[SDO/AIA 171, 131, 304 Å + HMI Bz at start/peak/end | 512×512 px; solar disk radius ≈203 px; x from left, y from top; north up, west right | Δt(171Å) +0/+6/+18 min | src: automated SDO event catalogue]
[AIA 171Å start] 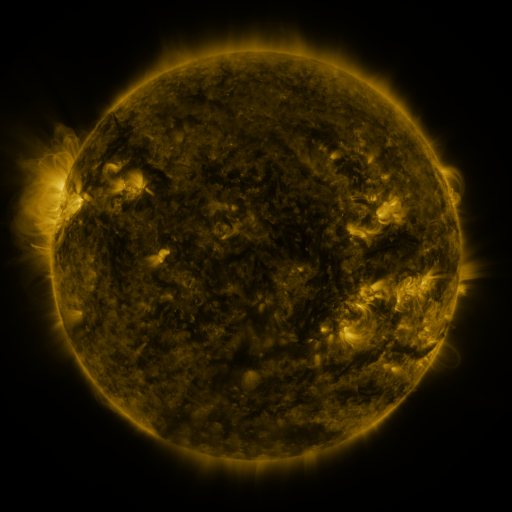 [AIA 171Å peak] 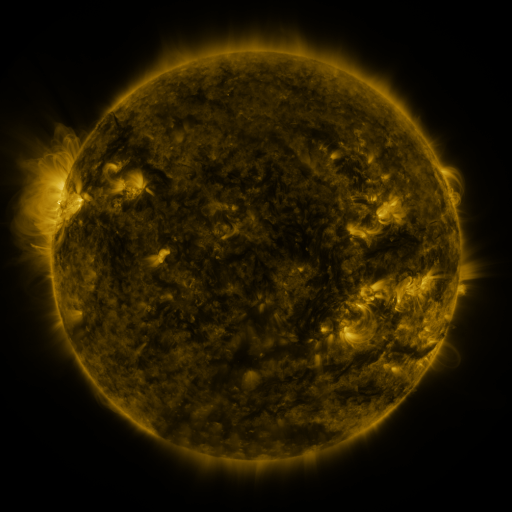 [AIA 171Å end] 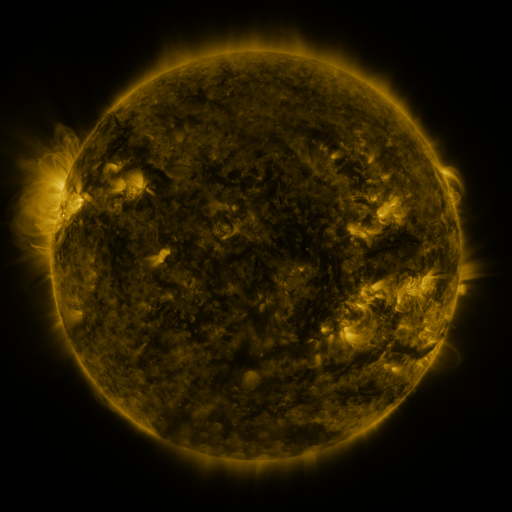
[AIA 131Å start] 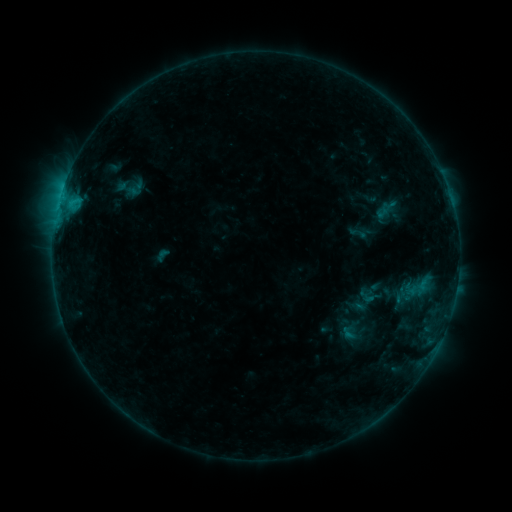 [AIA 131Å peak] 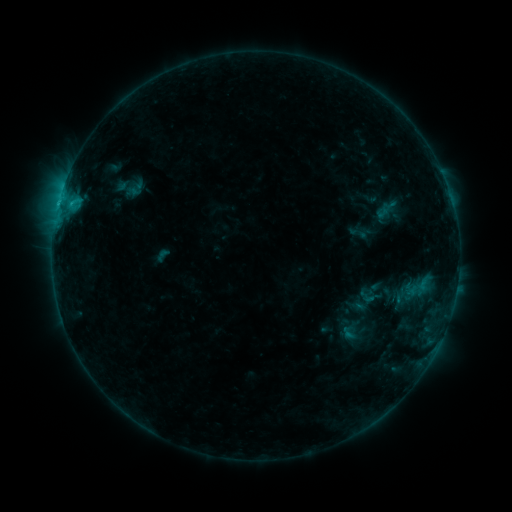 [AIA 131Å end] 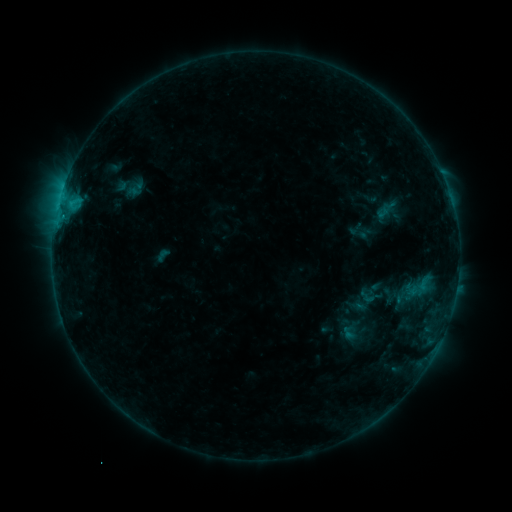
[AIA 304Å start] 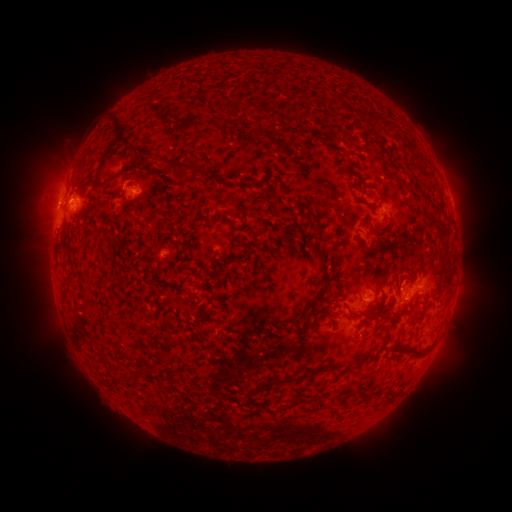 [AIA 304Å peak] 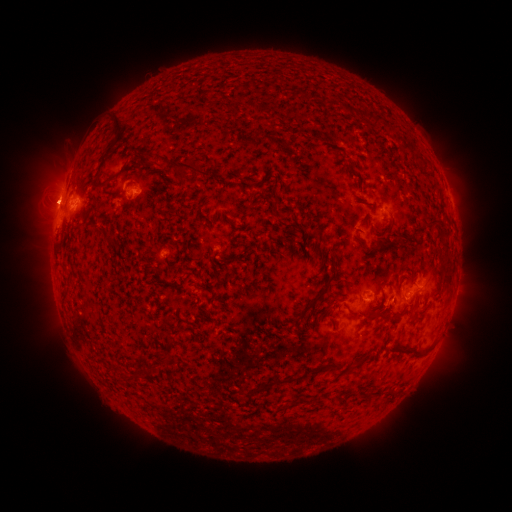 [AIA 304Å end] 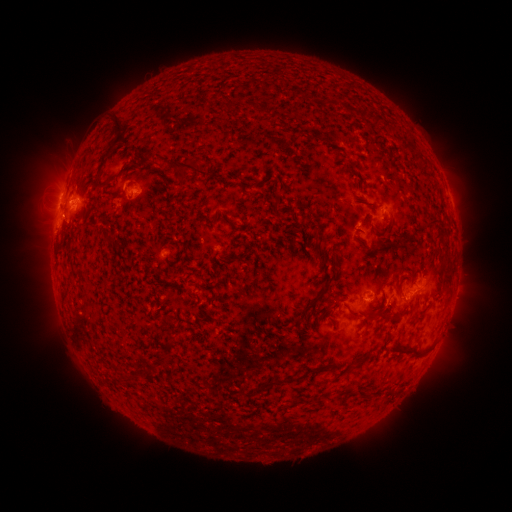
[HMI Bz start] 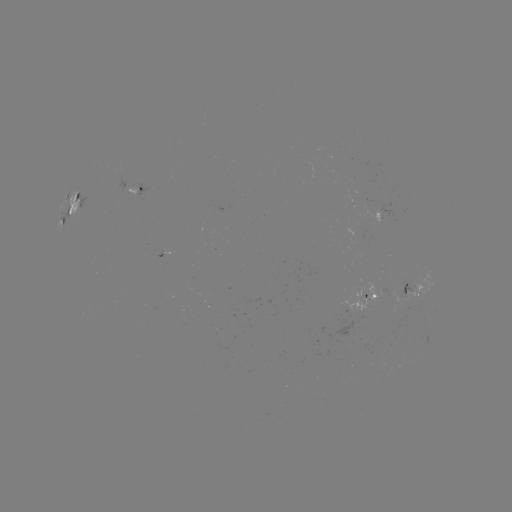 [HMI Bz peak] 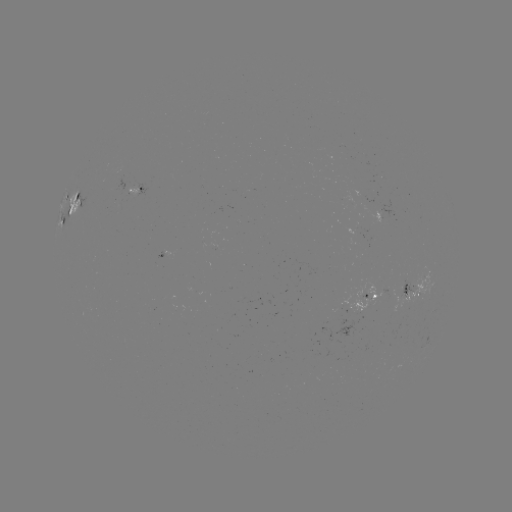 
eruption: (24, 173, 76, 224)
